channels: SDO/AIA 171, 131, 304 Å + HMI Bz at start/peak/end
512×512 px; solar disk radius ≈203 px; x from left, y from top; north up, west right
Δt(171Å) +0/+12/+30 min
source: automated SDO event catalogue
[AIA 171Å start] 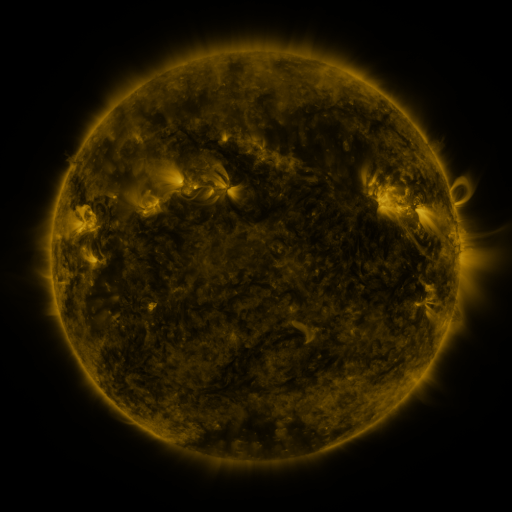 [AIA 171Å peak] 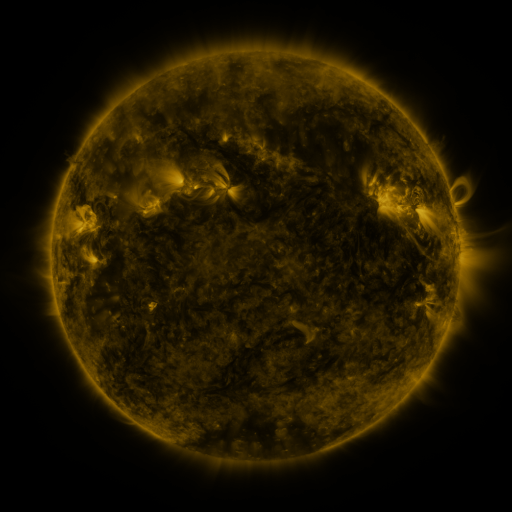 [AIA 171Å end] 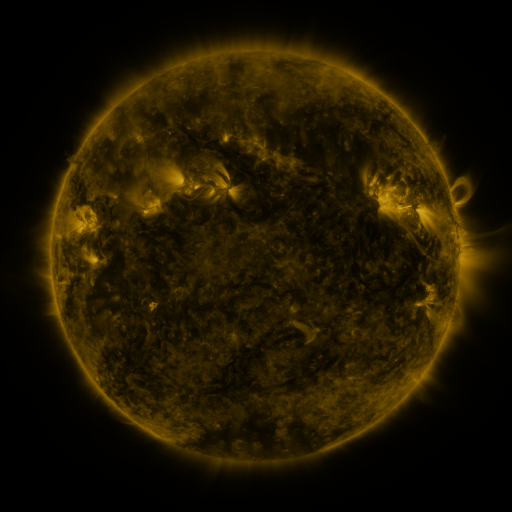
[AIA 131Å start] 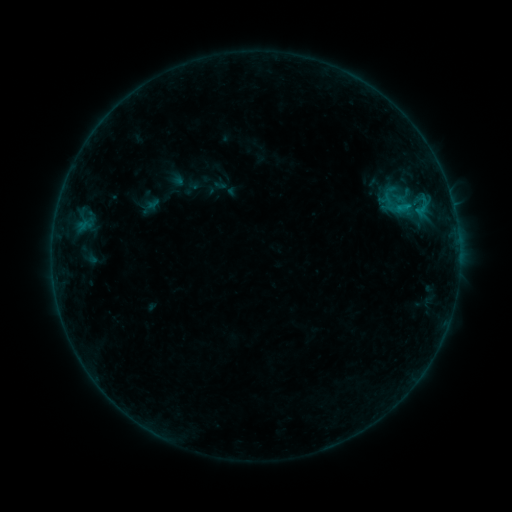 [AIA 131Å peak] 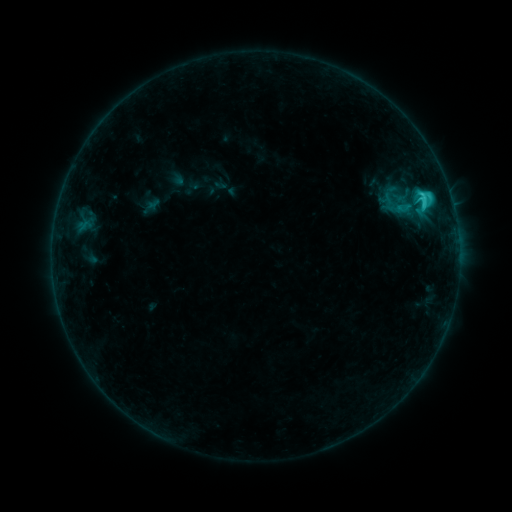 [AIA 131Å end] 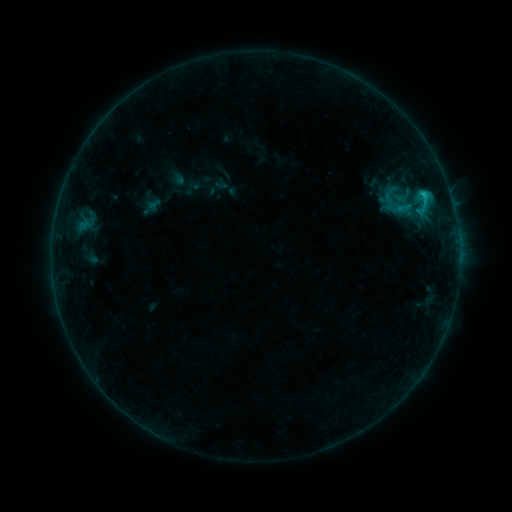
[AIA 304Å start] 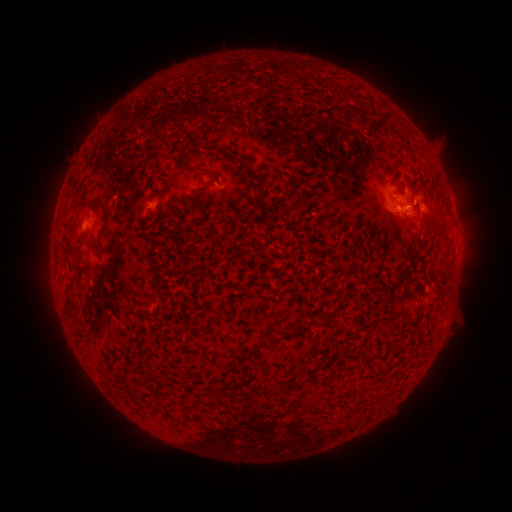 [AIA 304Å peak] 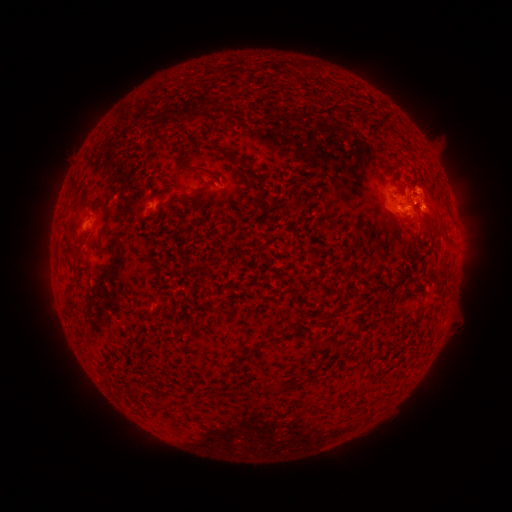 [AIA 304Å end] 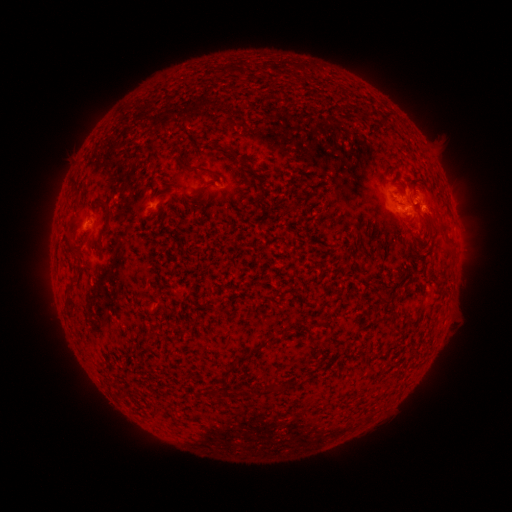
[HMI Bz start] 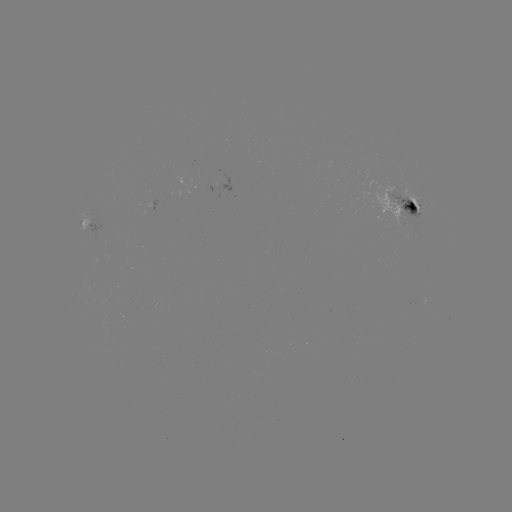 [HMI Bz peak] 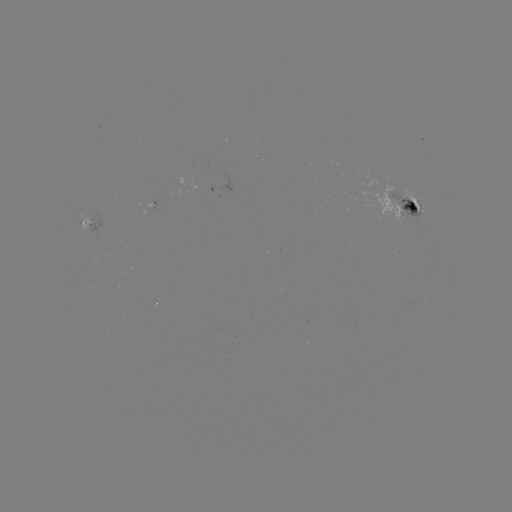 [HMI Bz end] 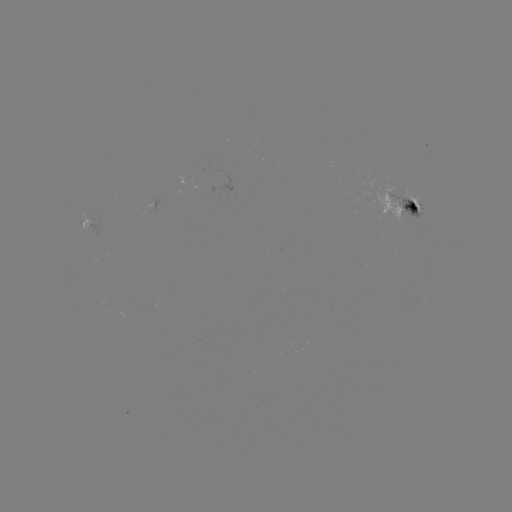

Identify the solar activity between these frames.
C2.4 flare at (422, 210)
